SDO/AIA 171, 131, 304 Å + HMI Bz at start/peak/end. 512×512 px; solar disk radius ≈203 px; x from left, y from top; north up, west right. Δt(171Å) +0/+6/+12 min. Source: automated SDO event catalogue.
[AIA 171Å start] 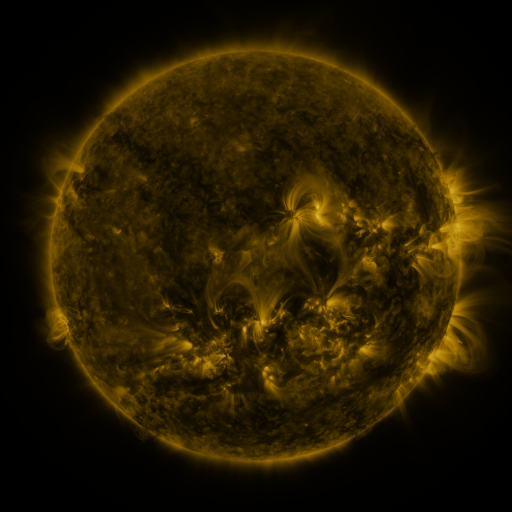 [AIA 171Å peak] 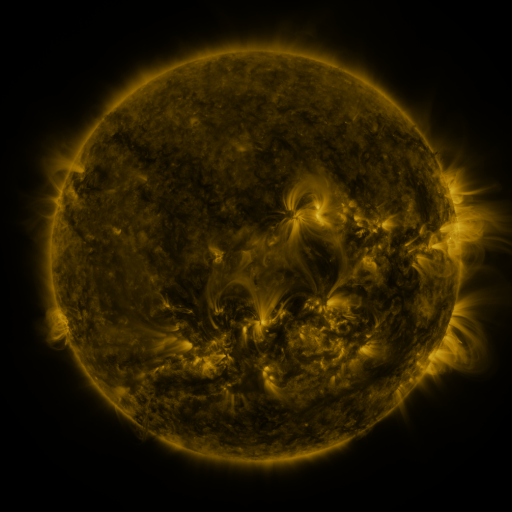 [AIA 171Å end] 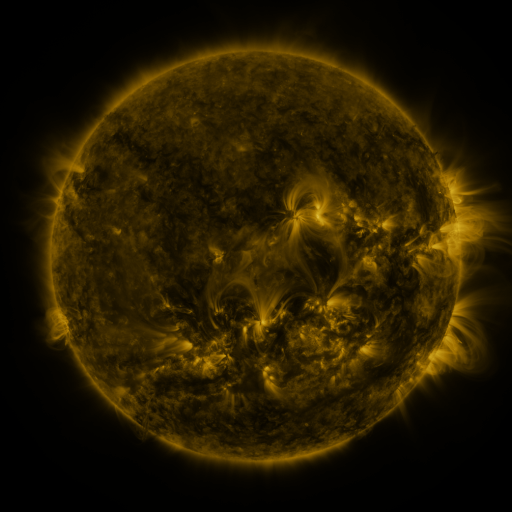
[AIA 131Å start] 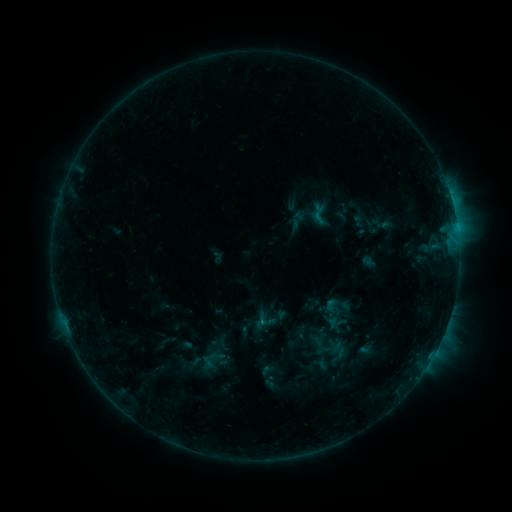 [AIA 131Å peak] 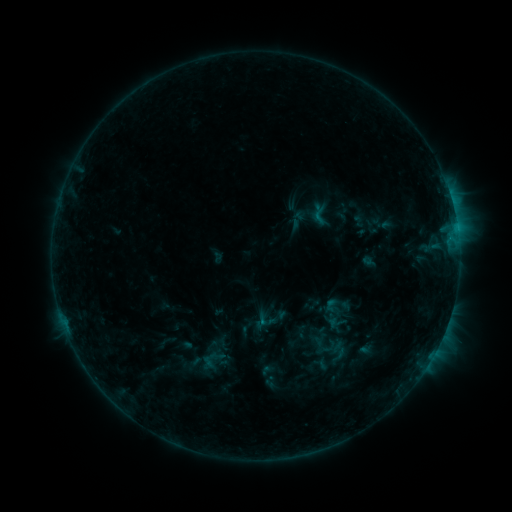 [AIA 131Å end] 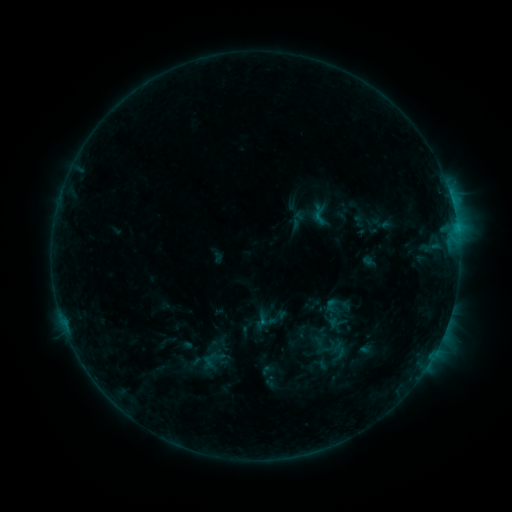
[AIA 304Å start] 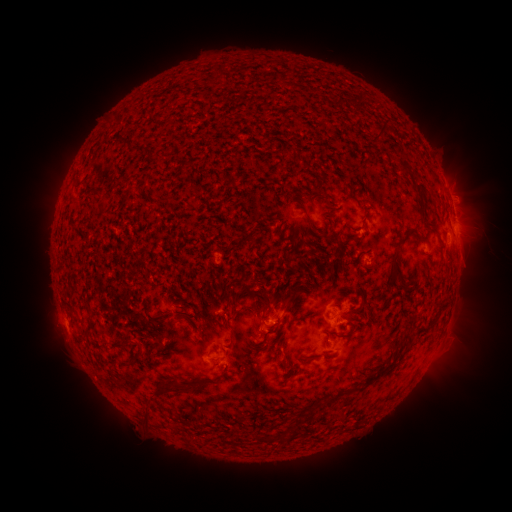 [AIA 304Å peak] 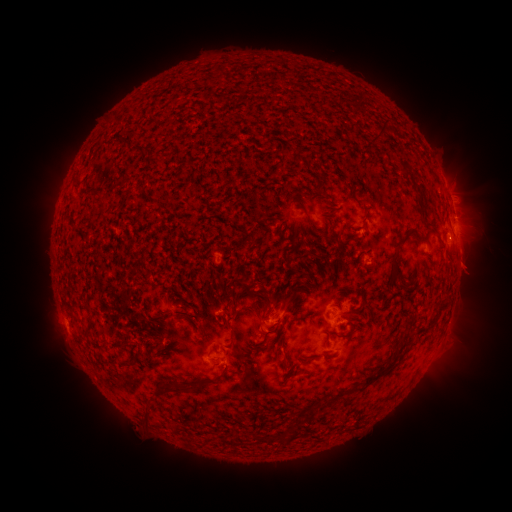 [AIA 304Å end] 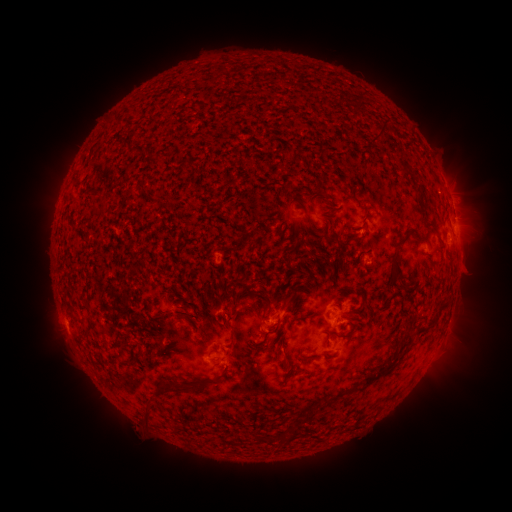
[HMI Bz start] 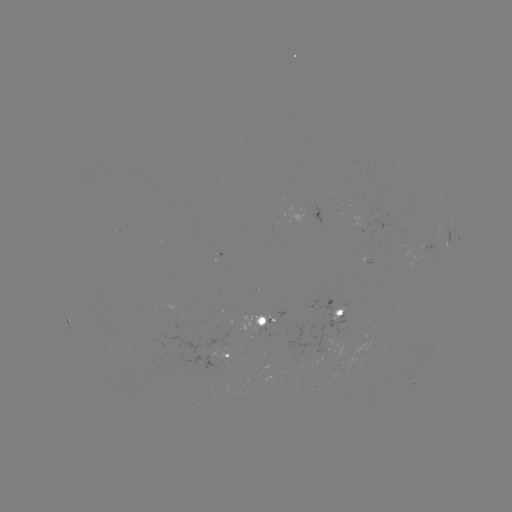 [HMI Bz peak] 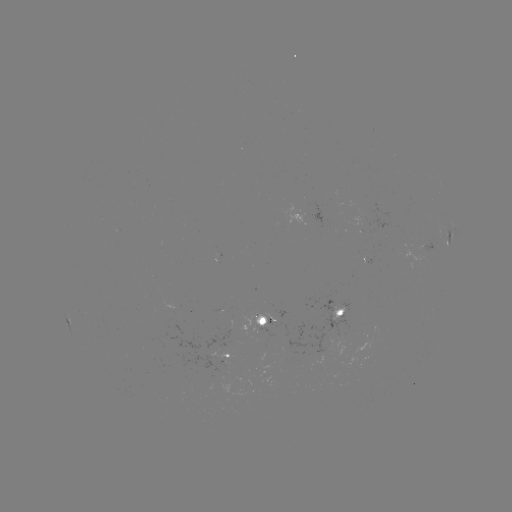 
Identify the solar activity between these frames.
eruption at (473, 268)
